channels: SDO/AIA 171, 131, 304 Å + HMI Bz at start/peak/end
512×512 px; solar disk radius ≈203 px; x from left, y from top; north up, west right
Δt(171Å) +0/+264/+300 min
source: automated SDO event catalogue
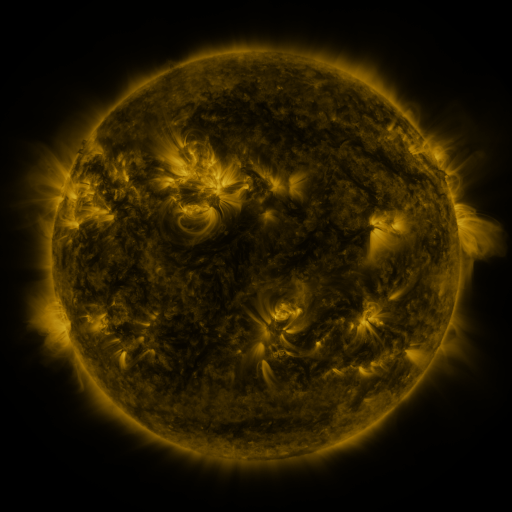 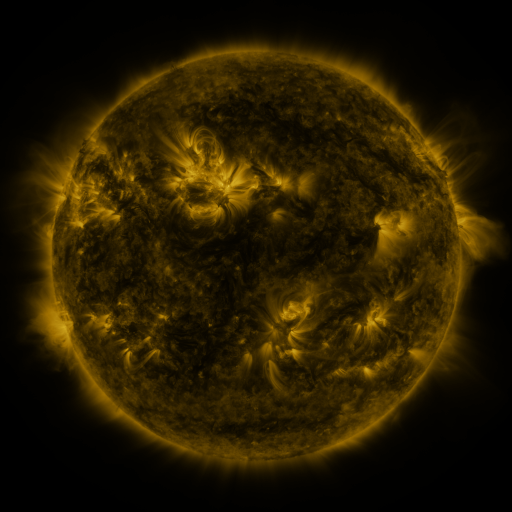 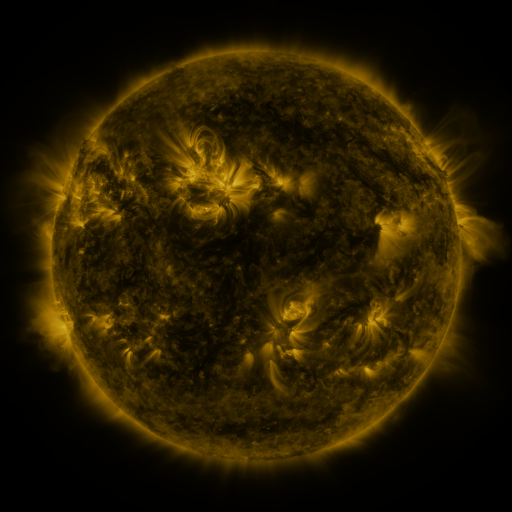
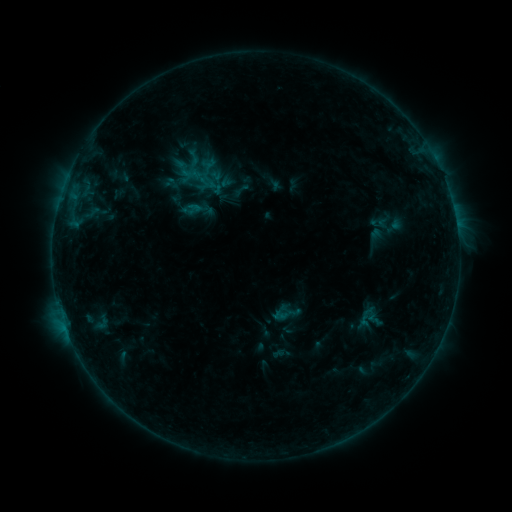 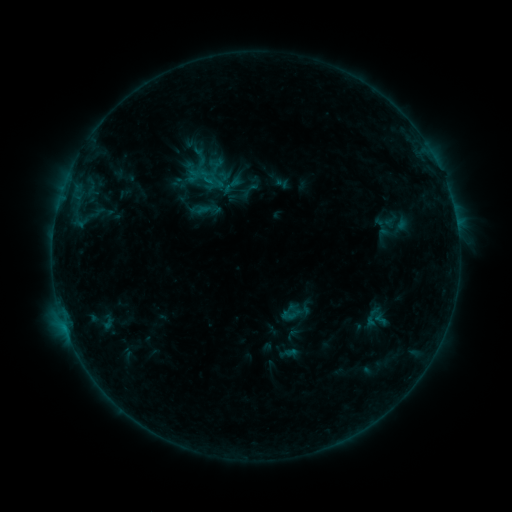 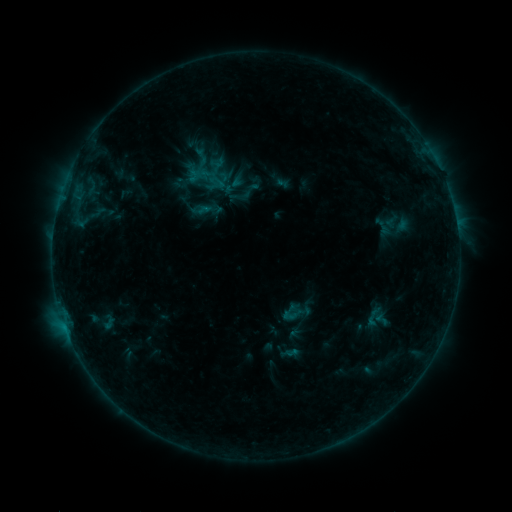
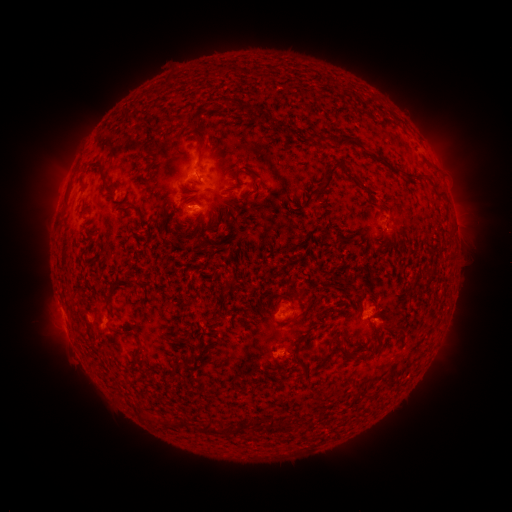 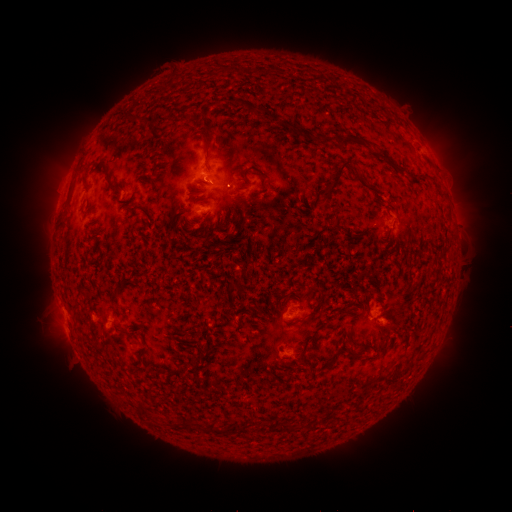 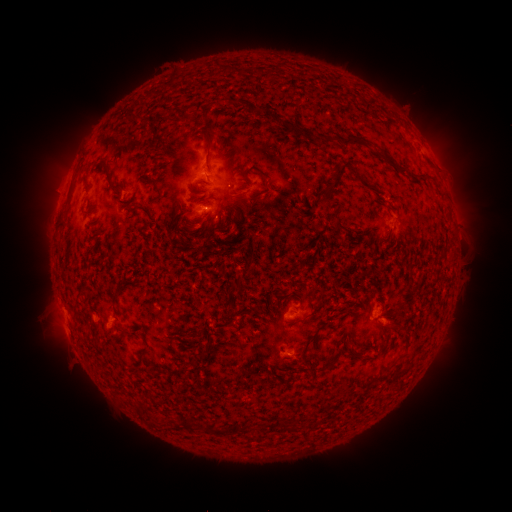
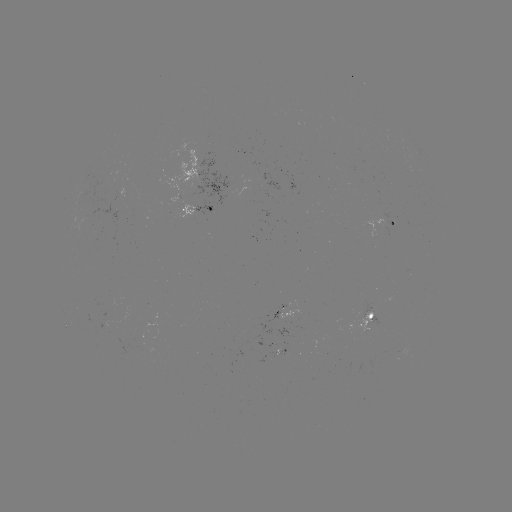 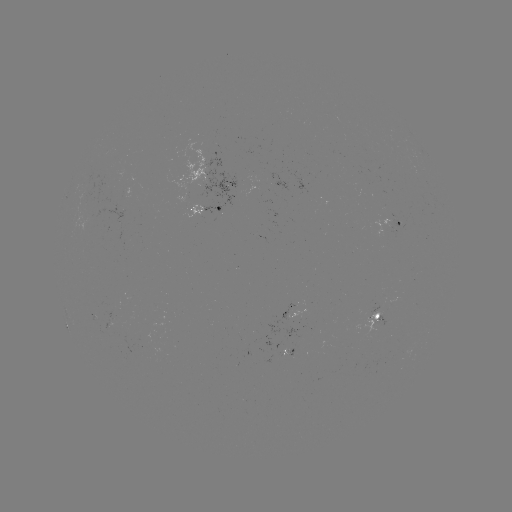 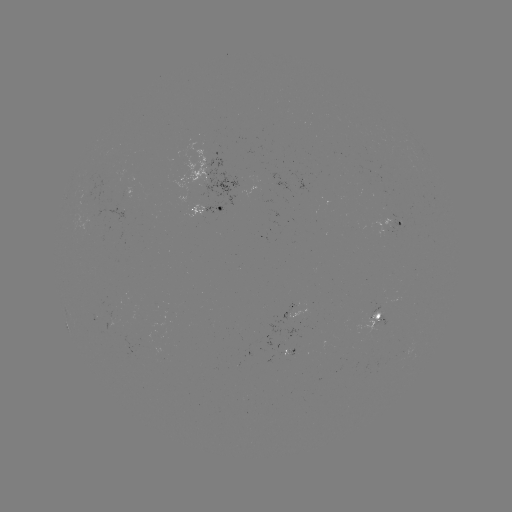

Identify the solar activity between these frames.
emerging-flux region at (87, 220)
